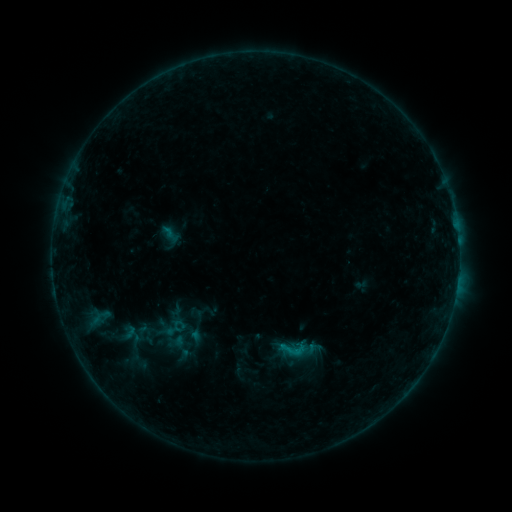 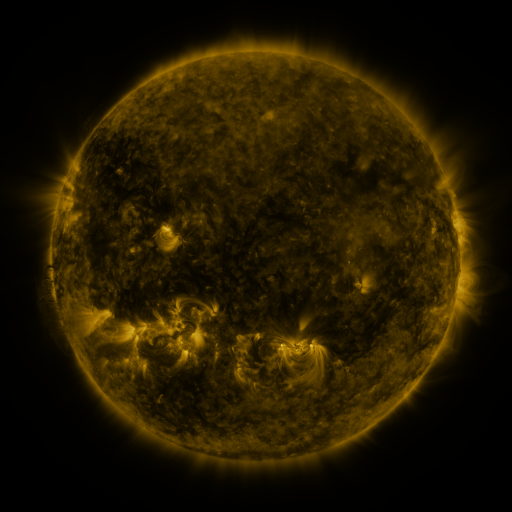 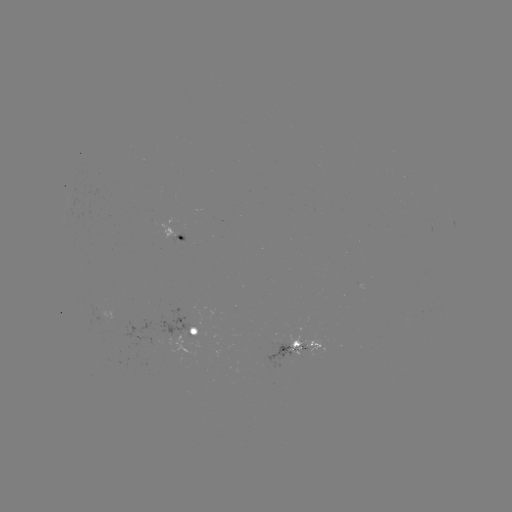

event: sigmoid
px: (293, 349)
